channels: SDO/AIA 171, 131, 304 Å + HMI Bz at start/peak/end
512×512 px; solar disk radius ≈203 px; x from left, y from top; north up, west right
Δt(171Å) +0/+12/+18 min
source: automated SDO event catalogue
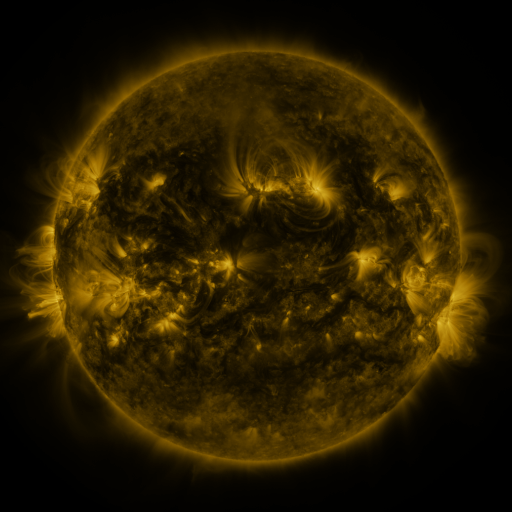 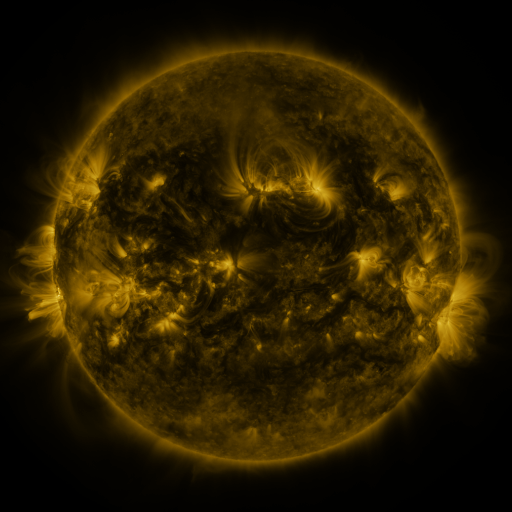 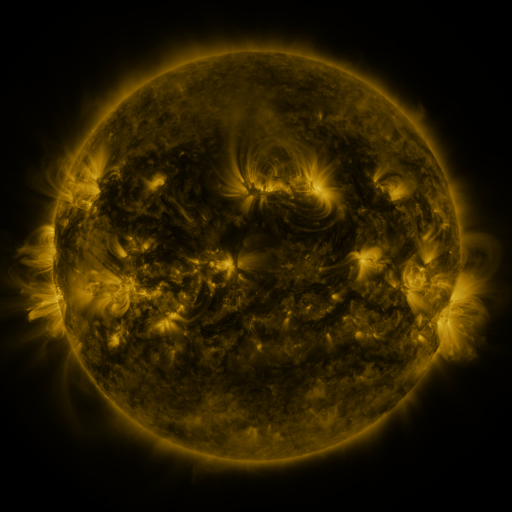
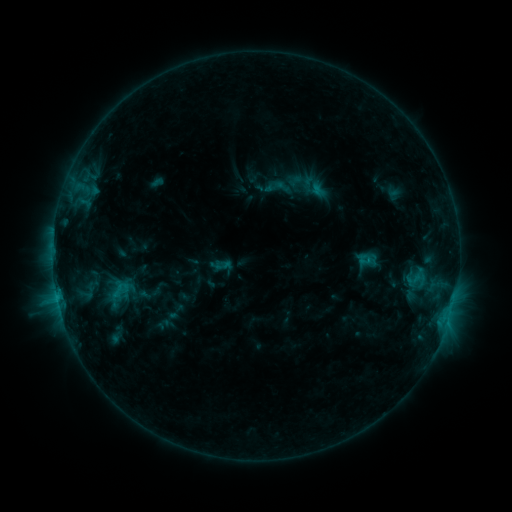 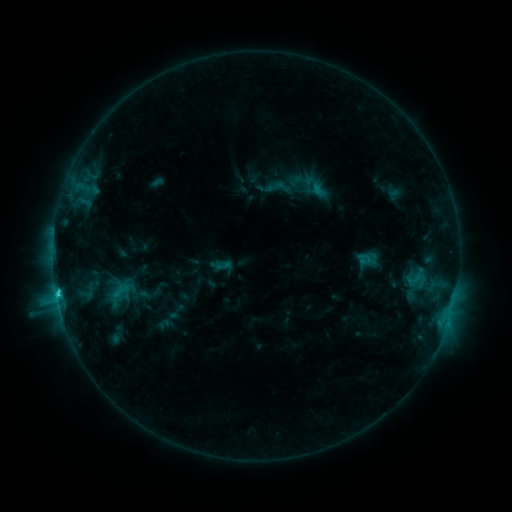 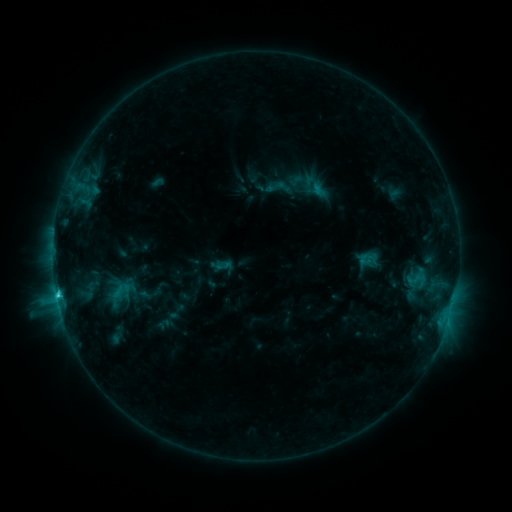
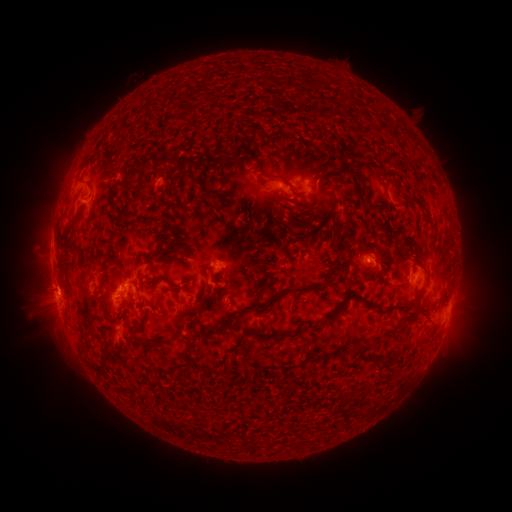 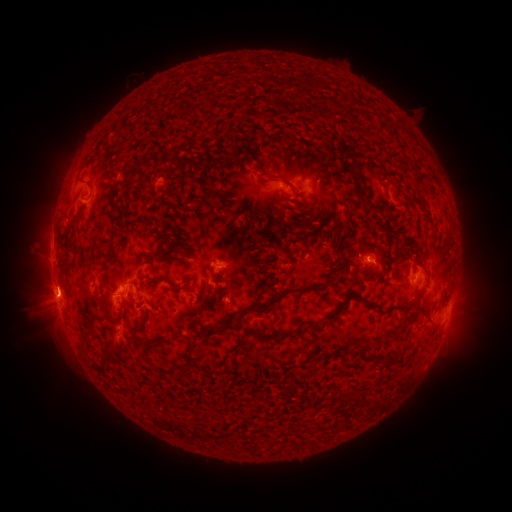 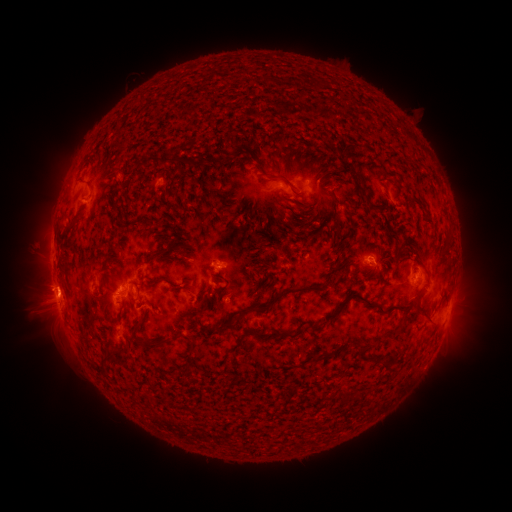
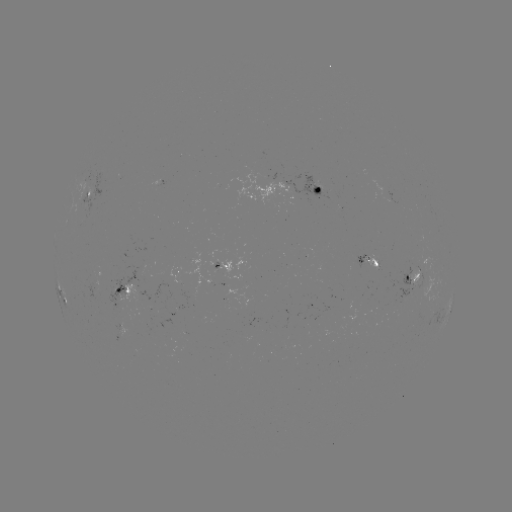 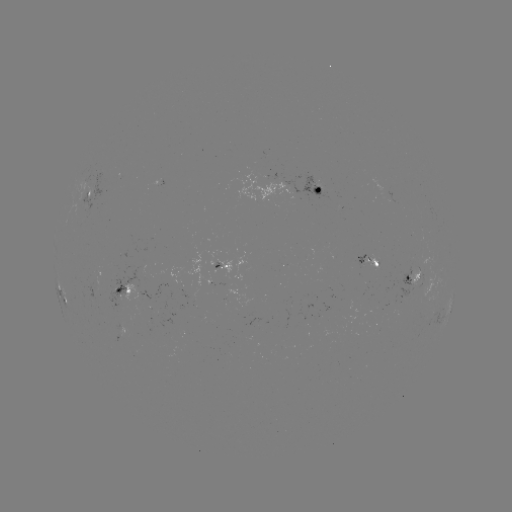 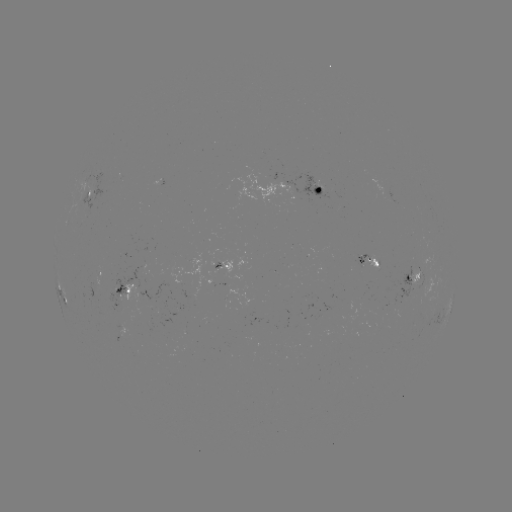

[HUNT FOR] C3.1 flare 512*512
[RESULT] (57, 291)